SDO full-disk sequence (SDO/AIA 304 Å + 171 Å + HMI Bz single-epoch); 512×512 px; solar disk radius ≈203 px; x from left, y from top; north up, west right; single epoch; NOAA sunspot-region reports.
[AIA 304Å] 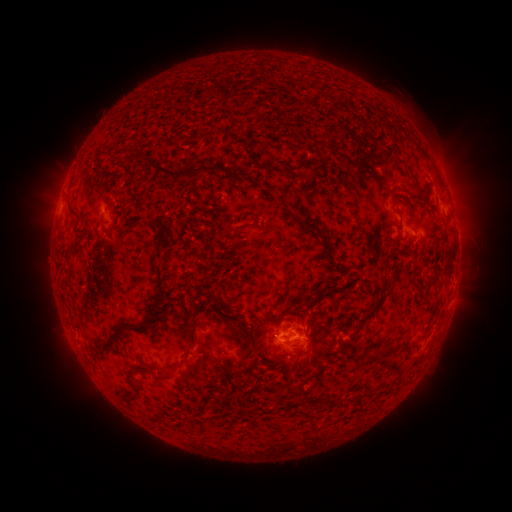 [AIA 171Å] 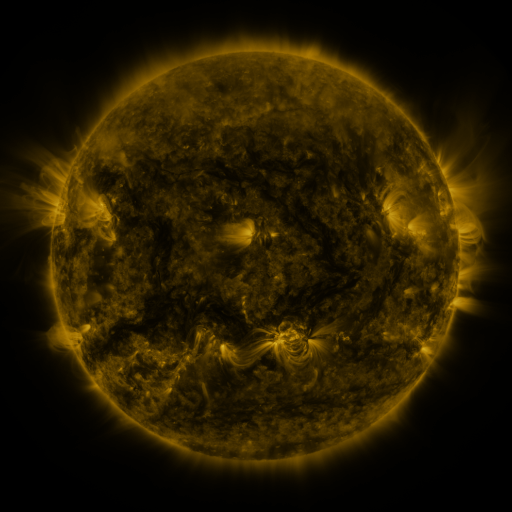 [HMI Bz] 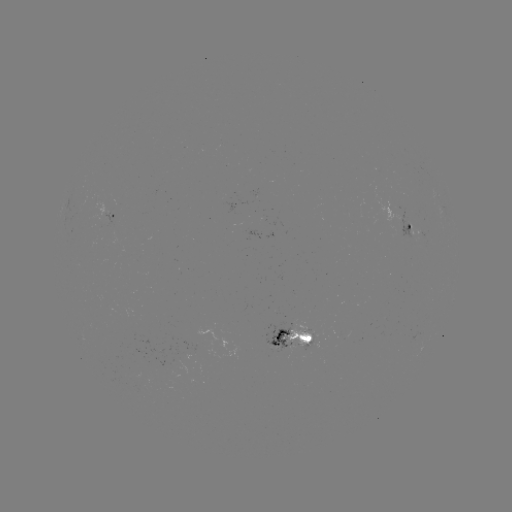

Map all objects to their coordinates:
spotted active region: (438, 196)
spotted active region: (112, 218)
spotted active region: (413, 227)
spotted active region: (259, 235)
spotted active region: (453, 300)
spotted active region: (293, 336)
